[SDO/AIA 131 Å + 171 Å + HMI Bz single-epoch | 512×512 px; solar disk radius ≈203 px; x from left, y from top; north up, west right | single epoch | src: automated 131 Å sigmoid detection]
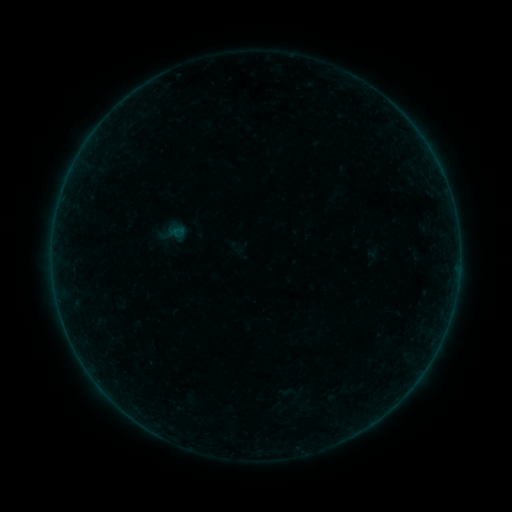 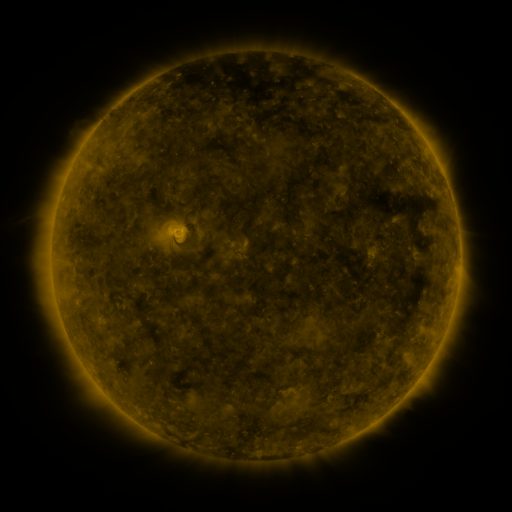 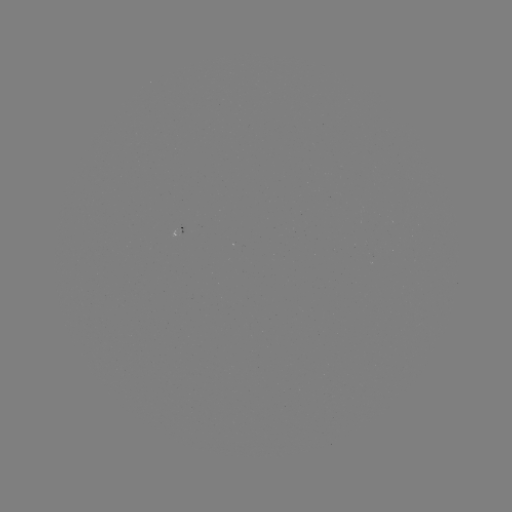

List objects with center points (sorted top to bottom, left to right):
sigmoid: (237, 248)
